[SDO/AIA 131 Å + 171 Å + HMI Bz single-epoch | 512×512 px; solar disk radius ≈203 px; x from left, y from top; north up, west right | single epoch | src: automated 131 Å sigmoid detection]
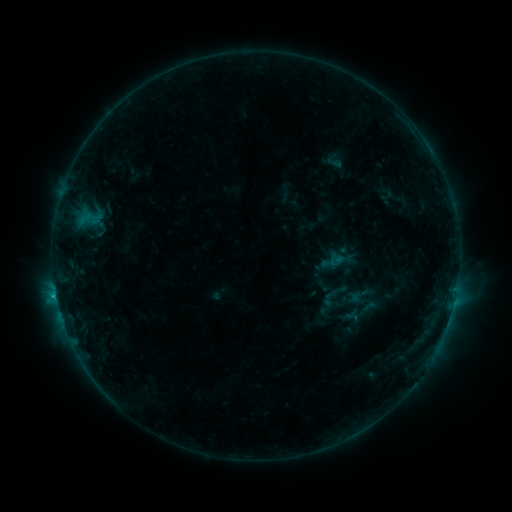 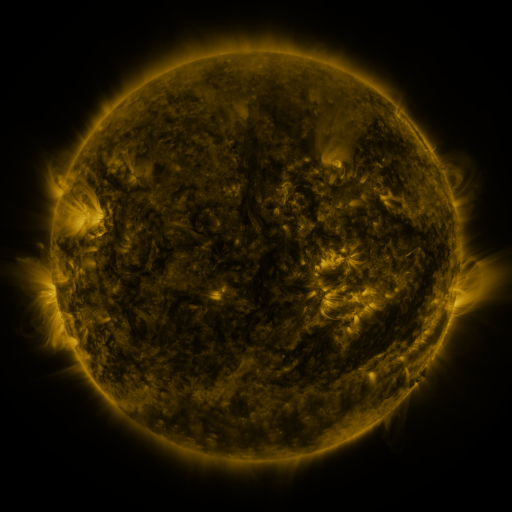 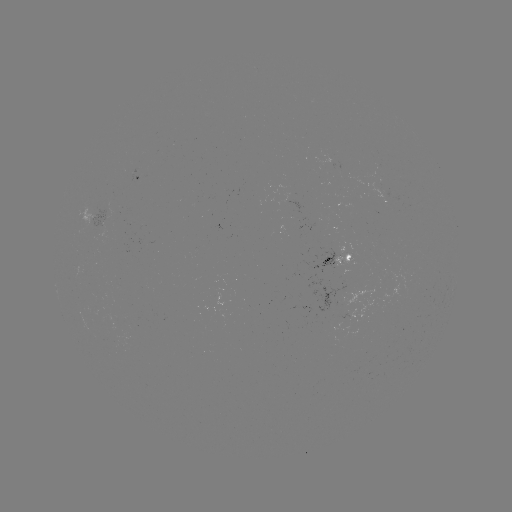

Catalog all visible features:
sigmoid: (336, 259)
sigmoid: (329, 299)
